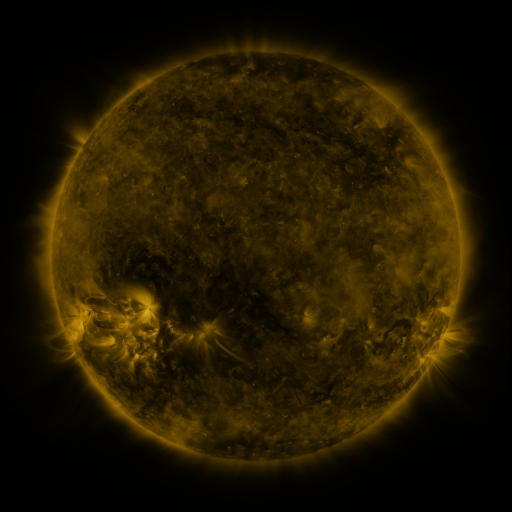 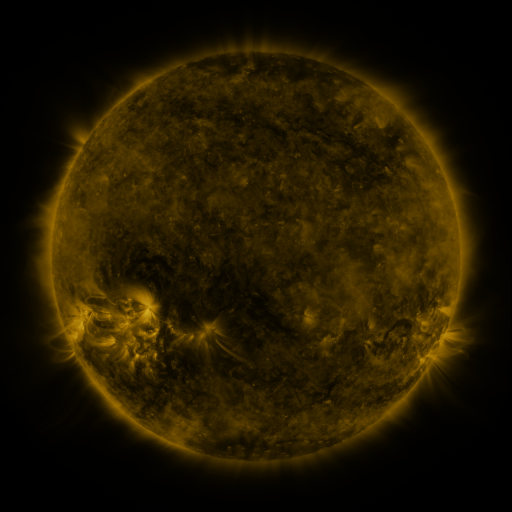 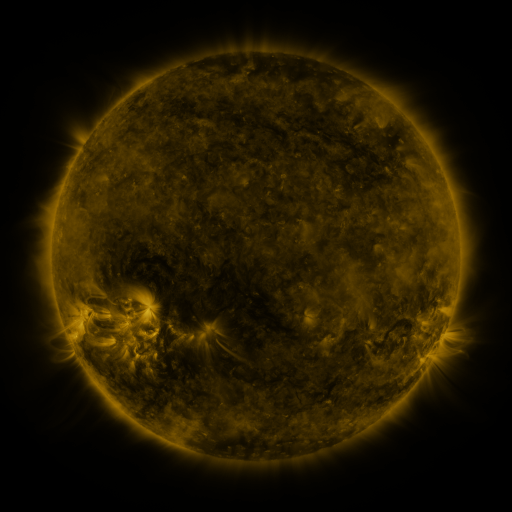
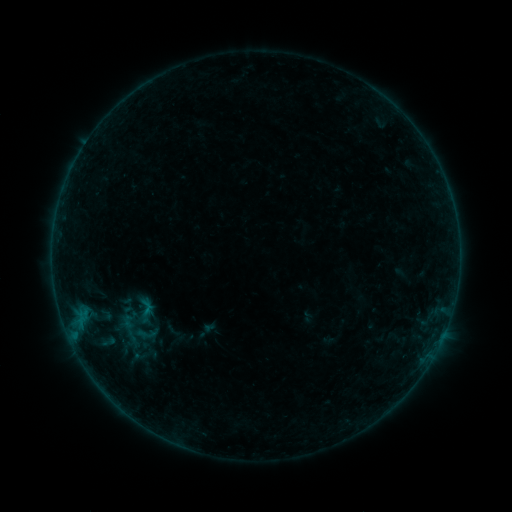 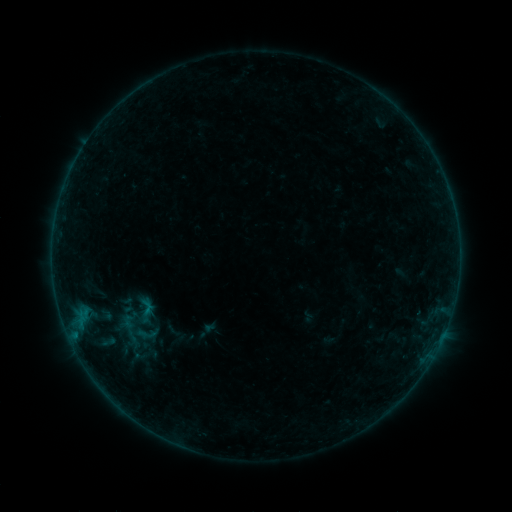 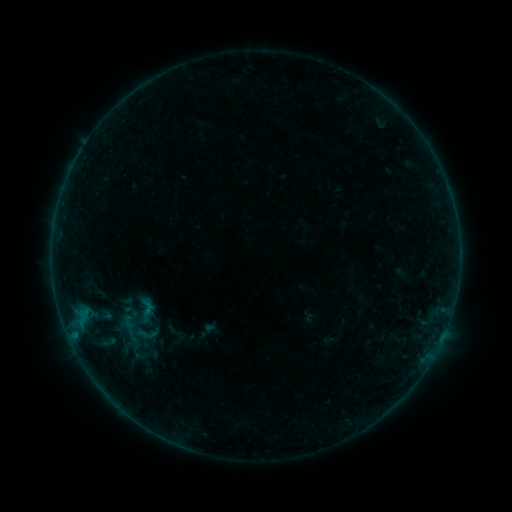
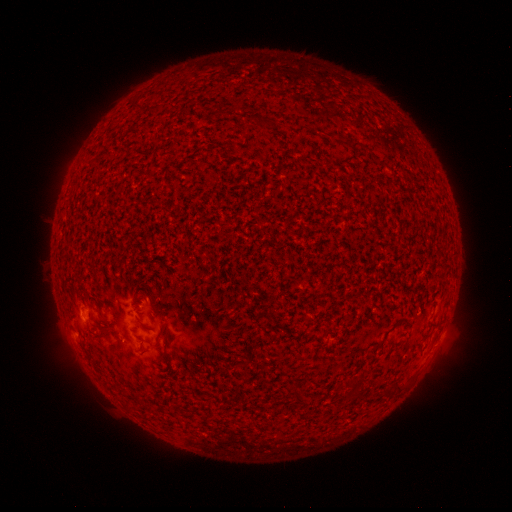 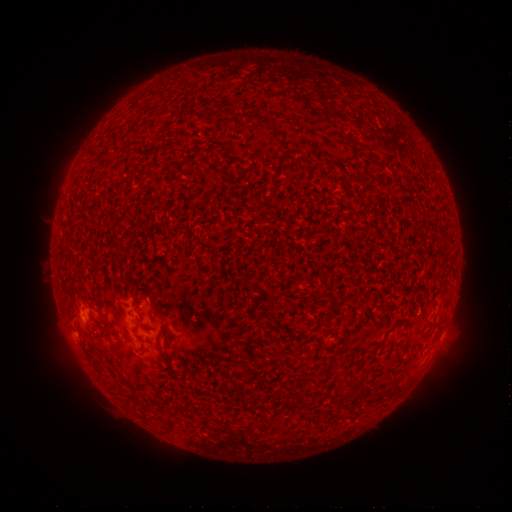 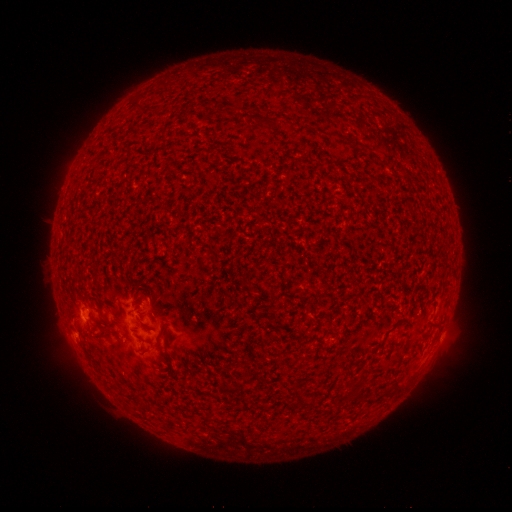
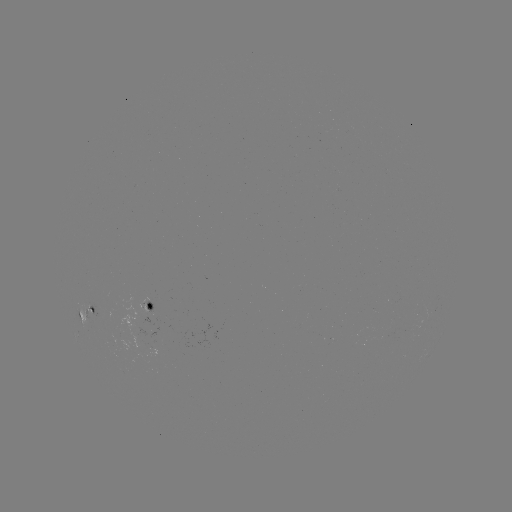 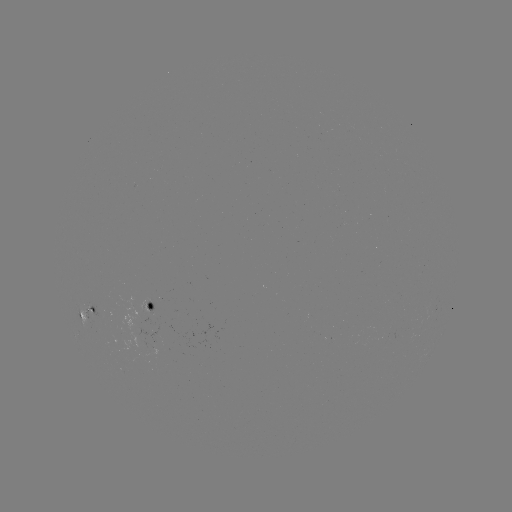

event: flare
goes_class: B1.0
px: (75, 333)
